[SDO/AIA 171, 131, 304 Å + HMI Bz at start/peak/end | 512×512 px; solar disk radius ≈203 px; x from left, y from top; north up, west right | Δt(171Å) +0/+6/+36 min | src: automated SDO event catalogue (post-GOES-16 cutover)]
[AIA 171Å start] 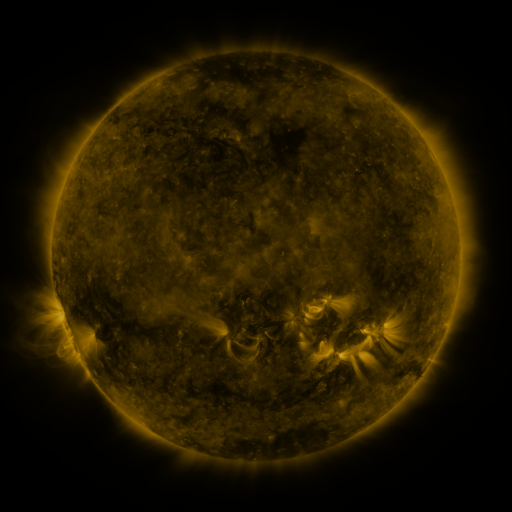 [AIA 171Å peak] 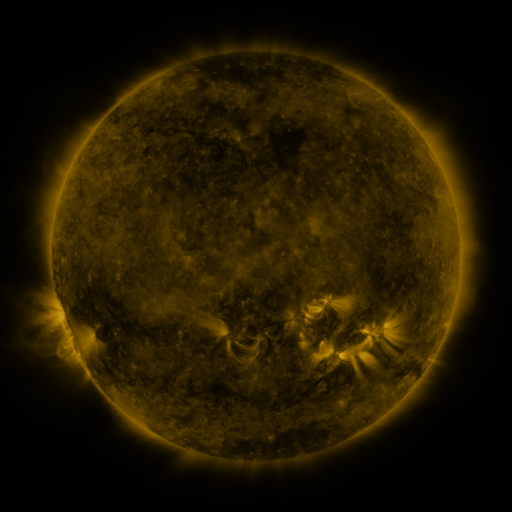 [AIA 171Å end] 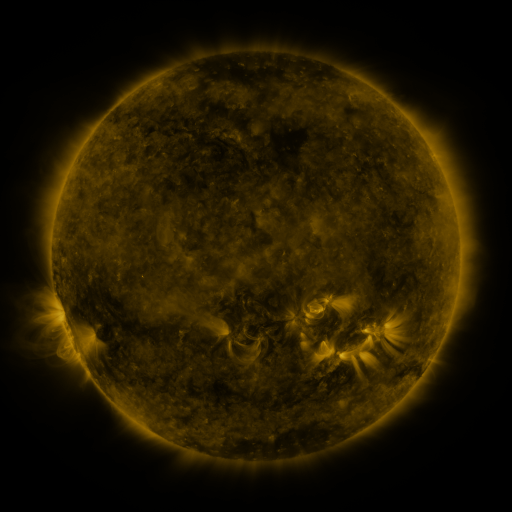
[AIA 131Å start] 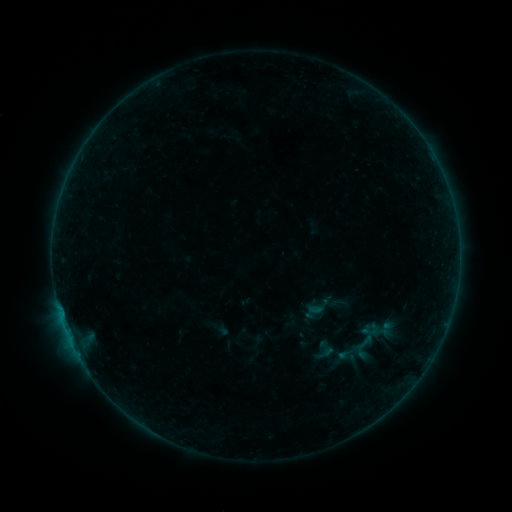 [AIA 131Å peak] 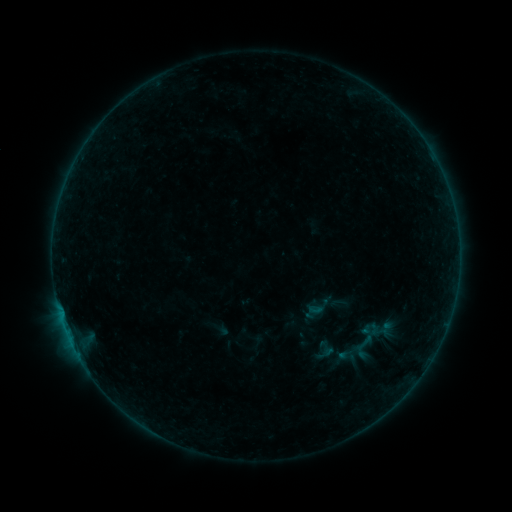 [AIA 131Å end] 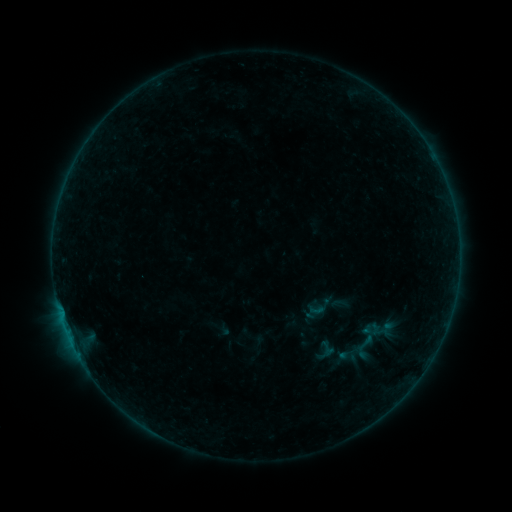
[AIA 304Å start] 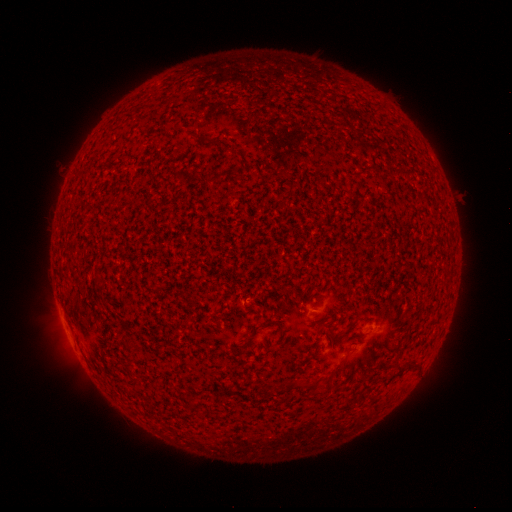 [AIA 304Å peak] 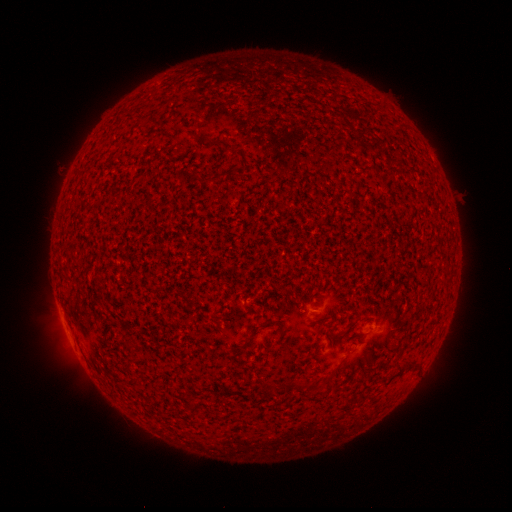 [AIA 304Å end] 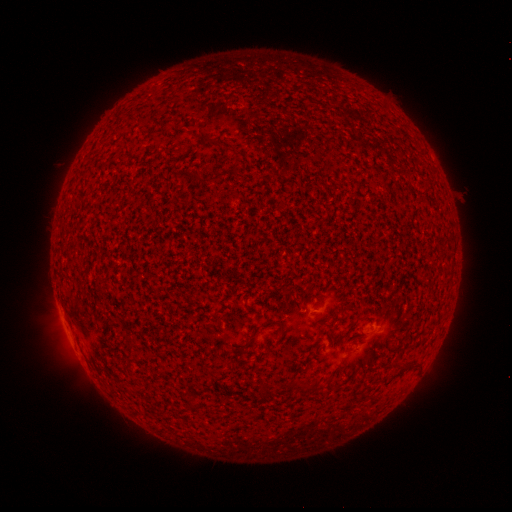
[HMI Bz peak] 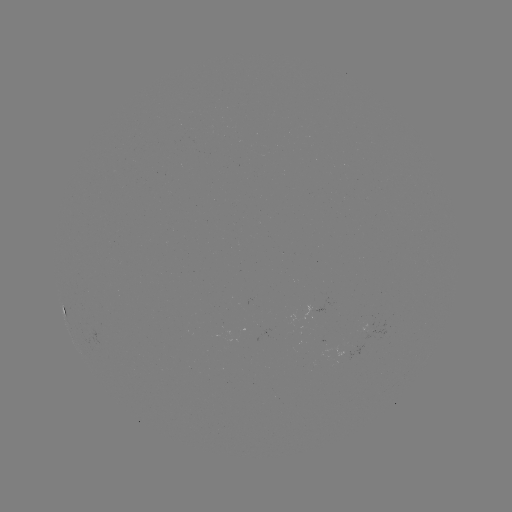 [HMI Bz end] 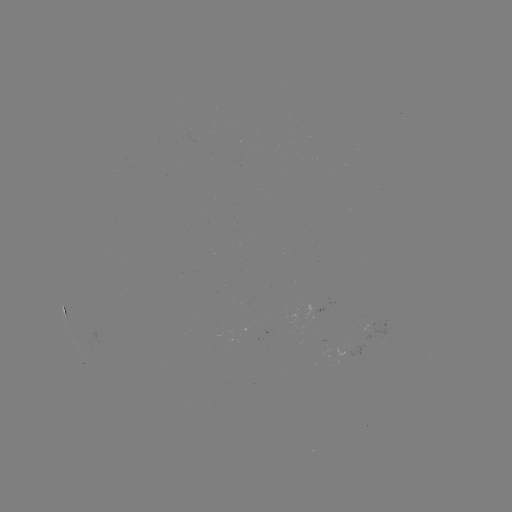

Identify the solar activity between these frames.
A9.6 flare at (62, 318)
